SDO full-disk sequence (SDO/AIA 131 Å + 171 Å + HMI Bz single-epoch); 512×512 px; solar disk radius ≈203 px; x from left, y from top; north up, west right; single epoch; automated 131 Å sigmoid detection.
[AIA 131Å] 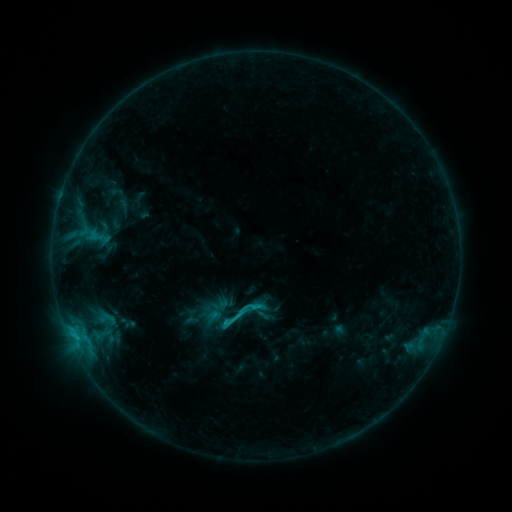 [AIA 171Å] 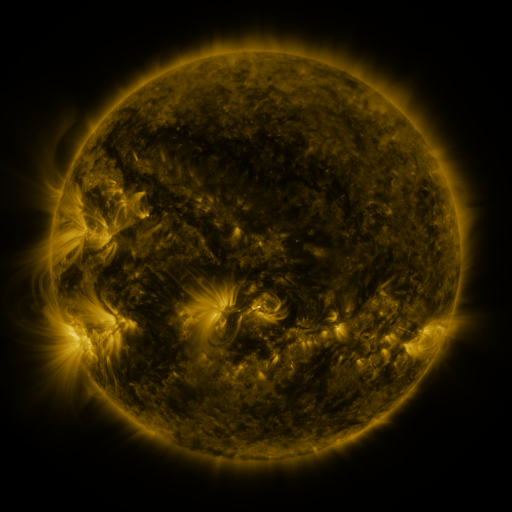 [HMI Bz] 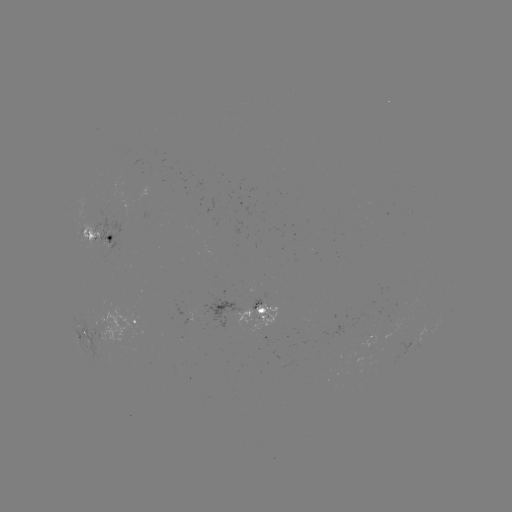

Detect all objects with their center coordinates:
sigmoid: <bbox>215, 290, 263, 337</bbox>
